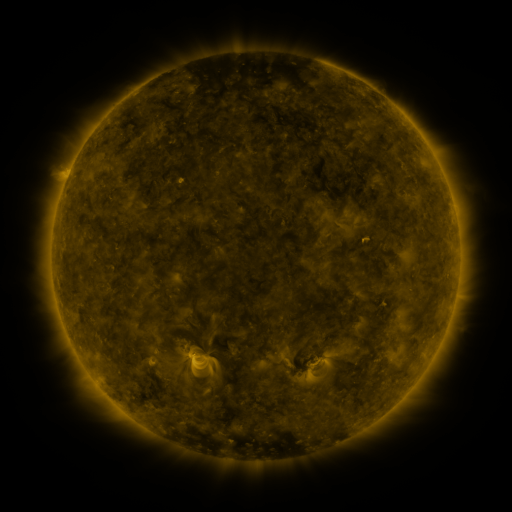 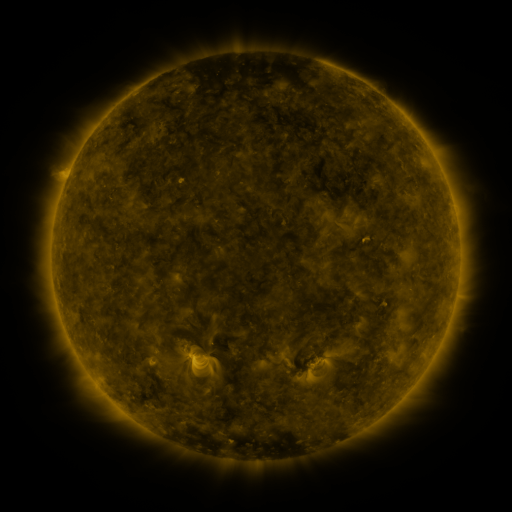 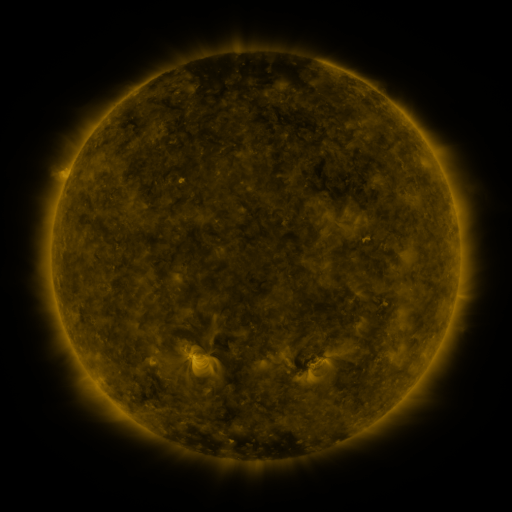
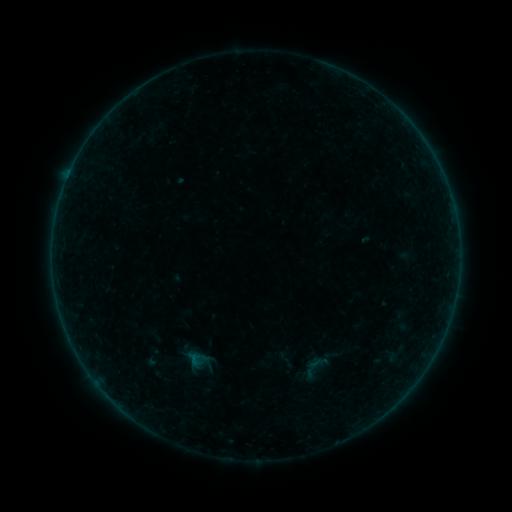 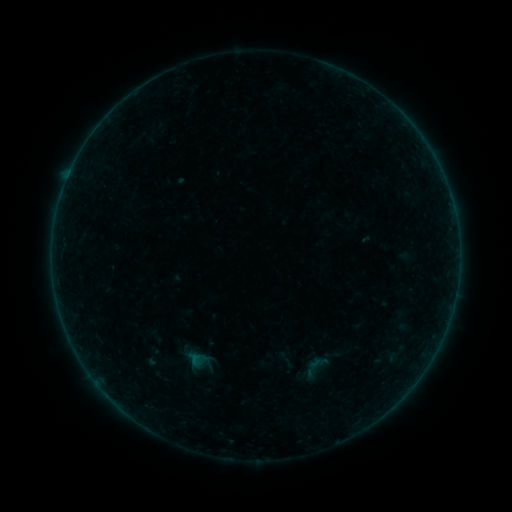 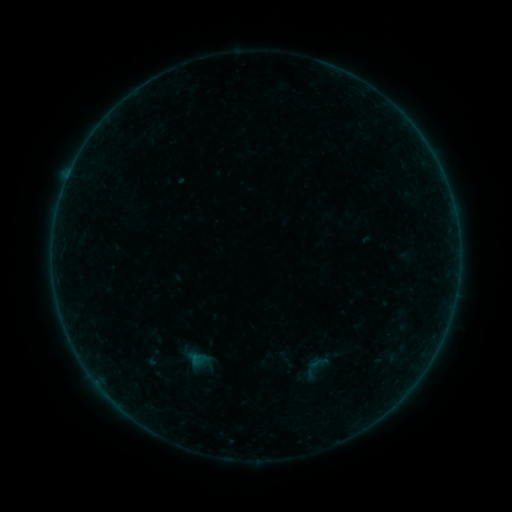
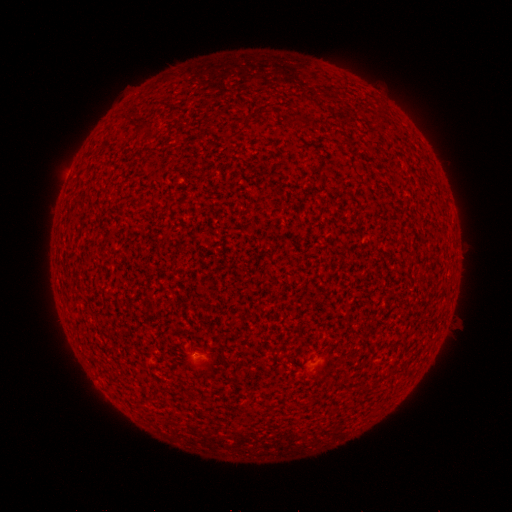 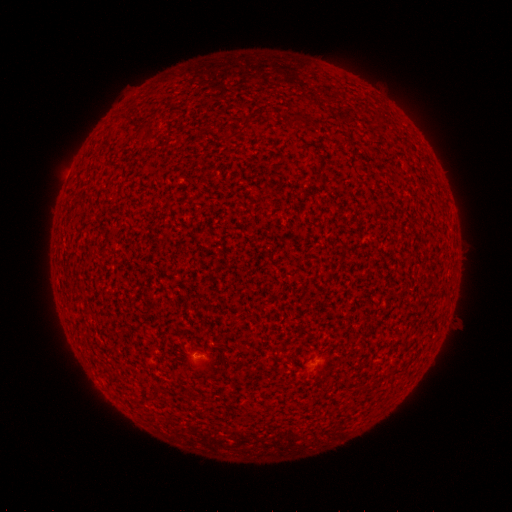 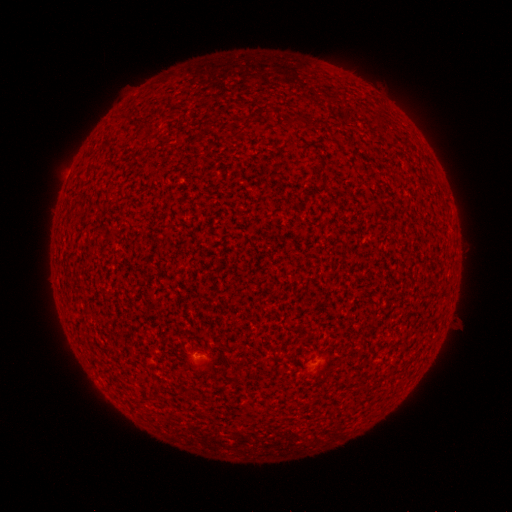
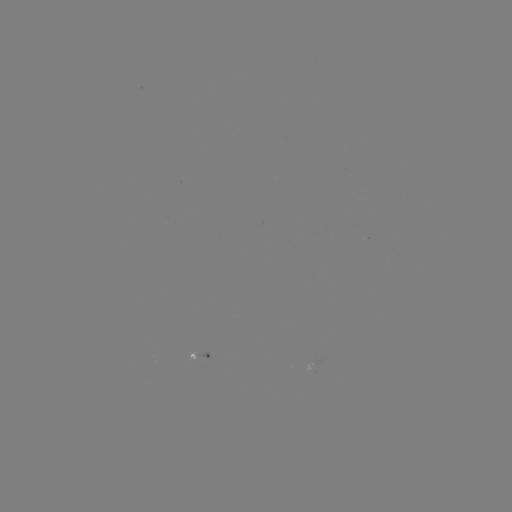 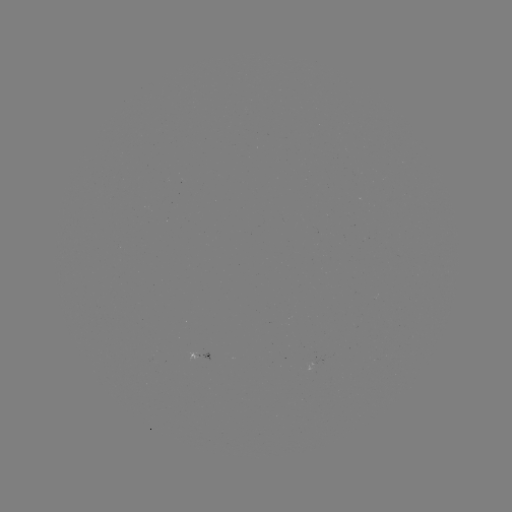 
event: flare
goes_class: A3.0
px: (197, 354)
